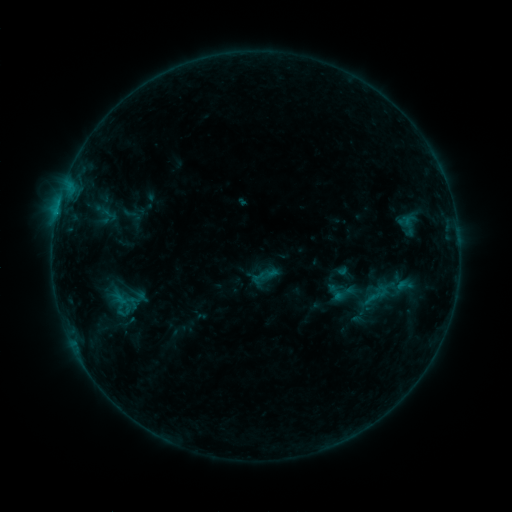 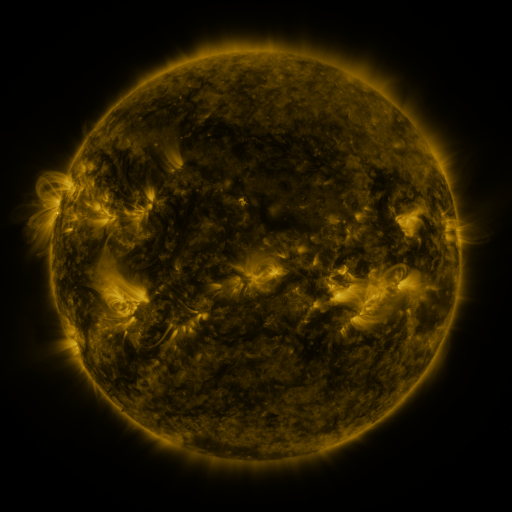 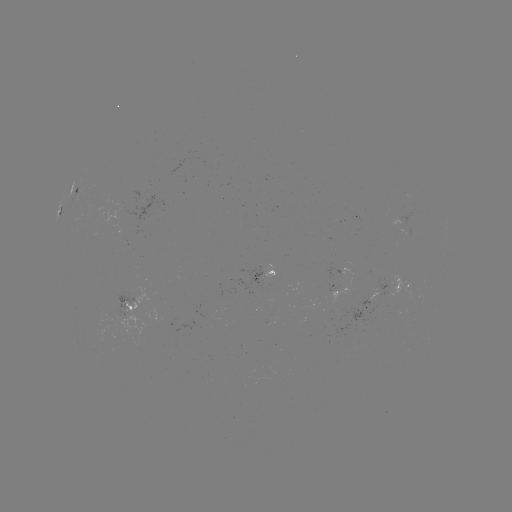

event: sigmoid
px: (343, 293)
